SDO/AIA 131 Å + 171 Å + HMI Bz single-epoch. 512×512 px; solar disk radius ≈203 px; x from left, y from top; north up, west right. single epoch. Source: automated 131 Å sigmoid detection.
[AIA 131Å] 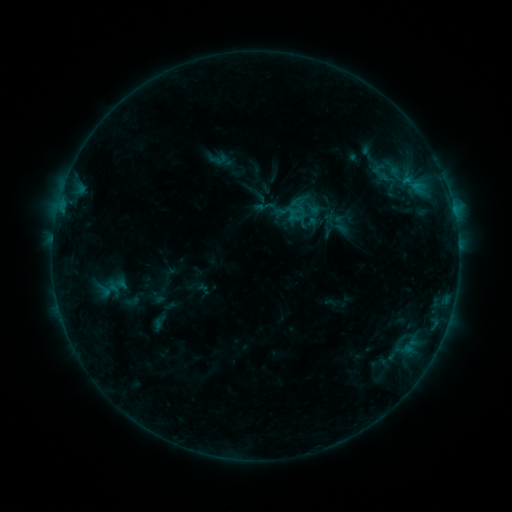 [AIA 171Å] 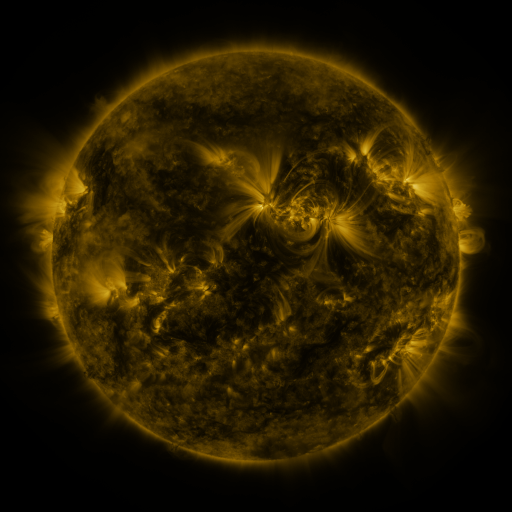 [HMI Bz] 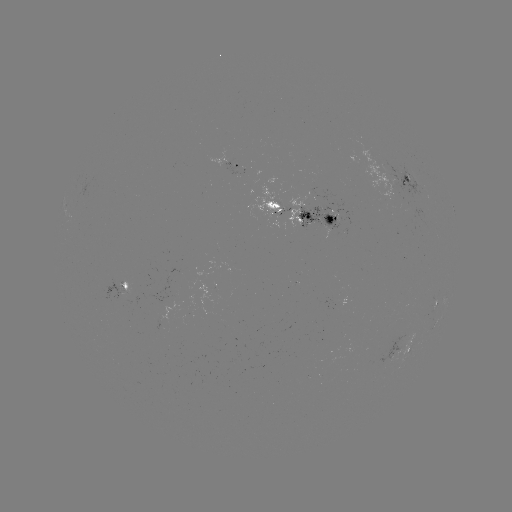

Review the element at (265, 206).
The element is sigmoid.